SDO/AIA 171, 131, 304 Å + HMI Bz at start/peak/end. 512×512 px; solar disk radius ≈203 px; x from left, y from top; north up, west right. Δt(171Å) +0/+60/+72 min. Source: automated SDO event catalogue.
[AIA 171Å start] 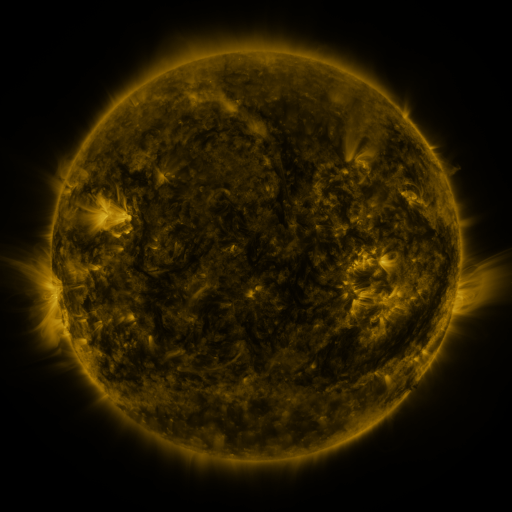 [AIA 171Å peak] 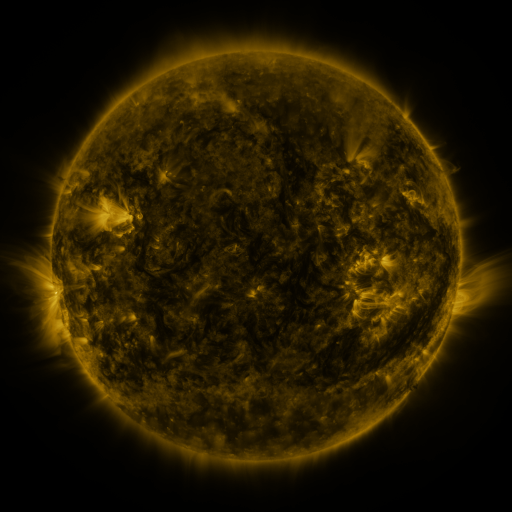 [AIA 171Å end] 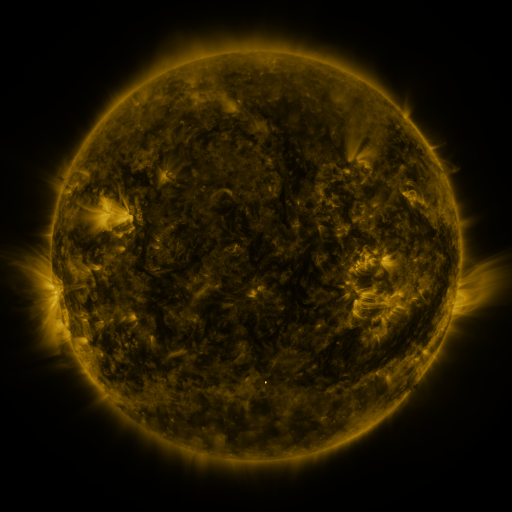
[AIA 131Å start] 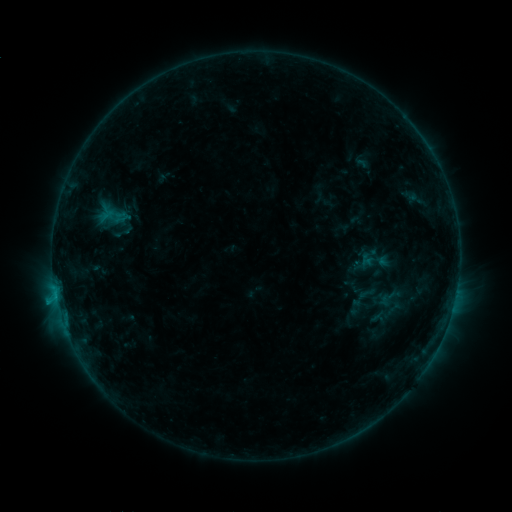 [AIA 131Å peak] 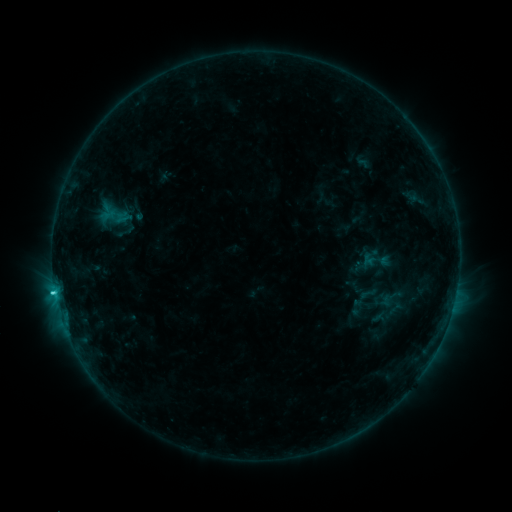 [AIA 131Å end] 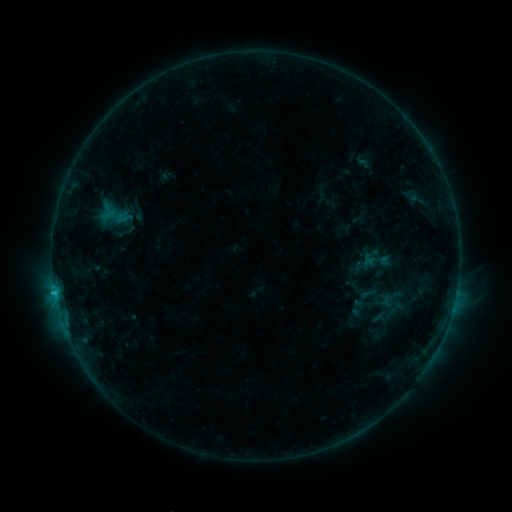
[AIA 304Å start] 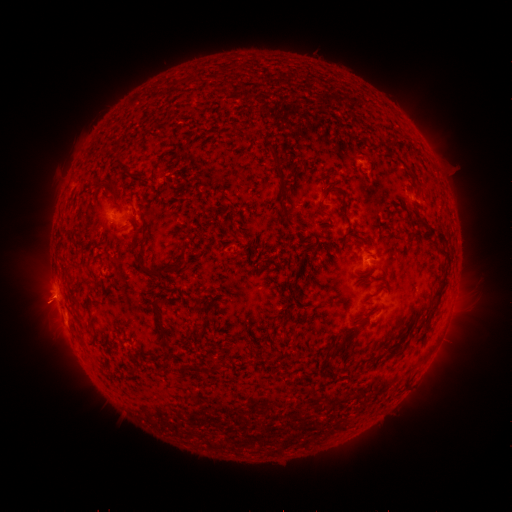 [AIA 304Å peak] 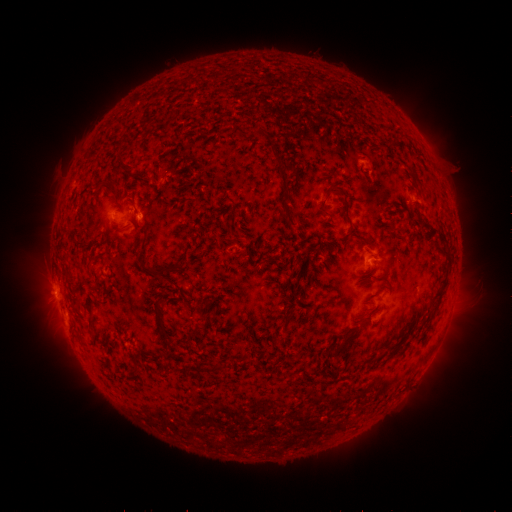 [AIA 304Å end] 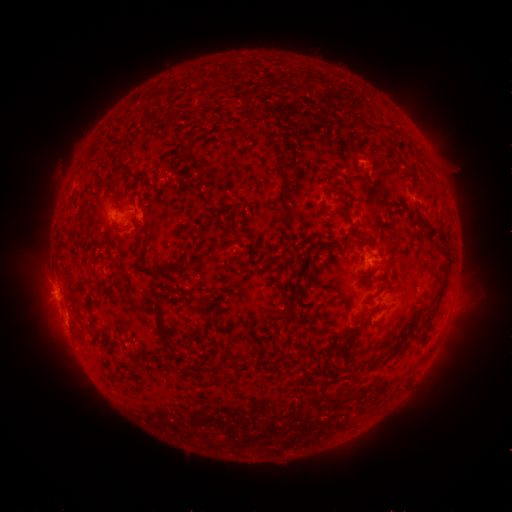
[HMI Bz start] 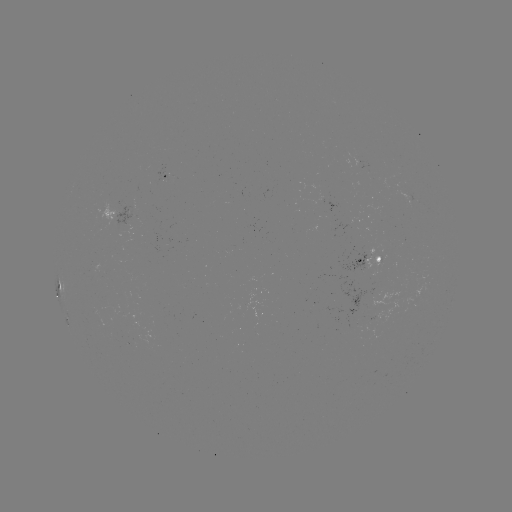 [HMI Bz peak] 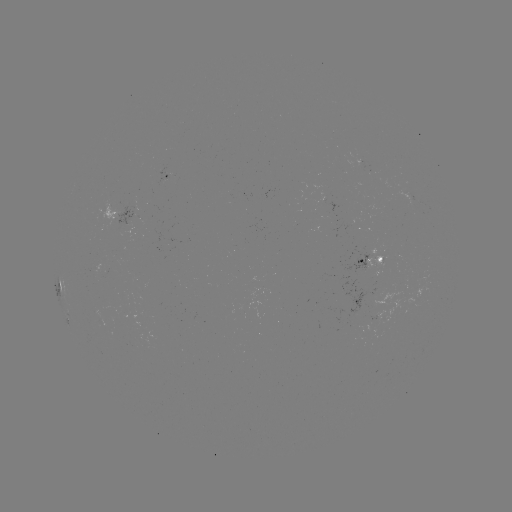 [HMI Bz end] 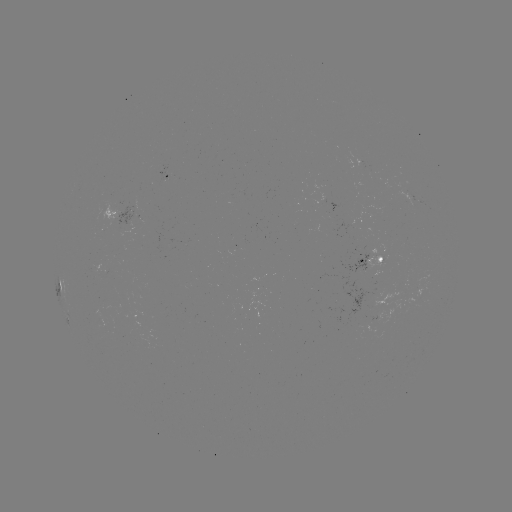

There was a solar emerging-flux region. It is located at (365, 299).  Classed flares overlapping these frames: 1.